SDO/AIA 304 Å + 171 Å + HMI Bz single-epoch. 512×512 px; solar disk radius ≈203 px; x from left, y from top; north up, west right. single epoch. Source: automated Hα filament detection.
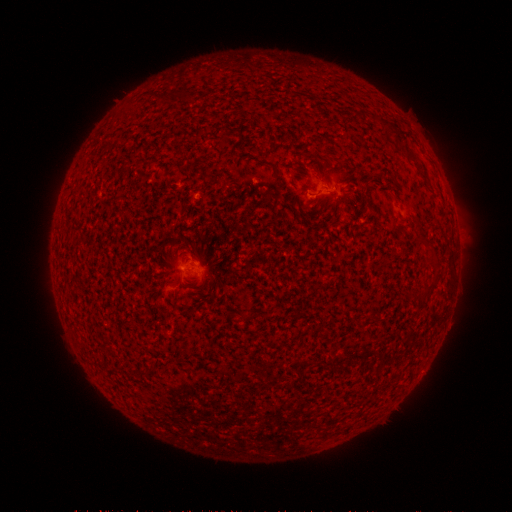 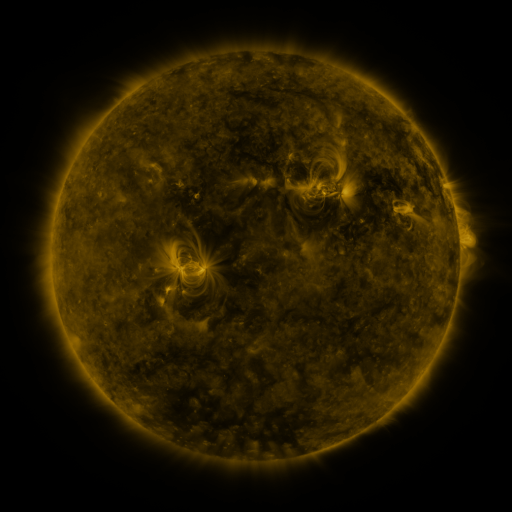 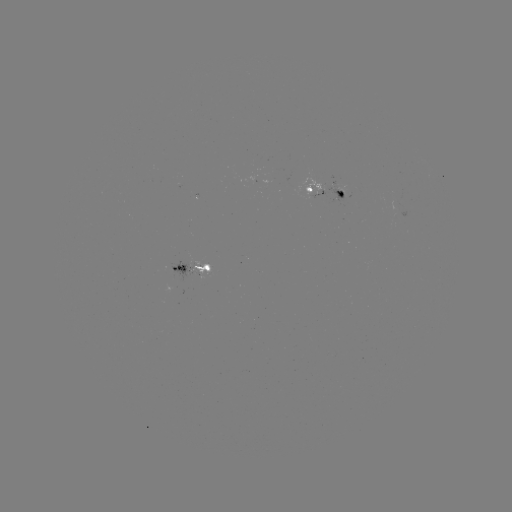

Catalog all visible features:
filament: [178, 89, 190, 103]
filament: [397, 144, 418, 161]
filament: [259, 159, 275, 169]
filament: [370, 312, 381, 322]
filament: [139, 367, 148, 376]
